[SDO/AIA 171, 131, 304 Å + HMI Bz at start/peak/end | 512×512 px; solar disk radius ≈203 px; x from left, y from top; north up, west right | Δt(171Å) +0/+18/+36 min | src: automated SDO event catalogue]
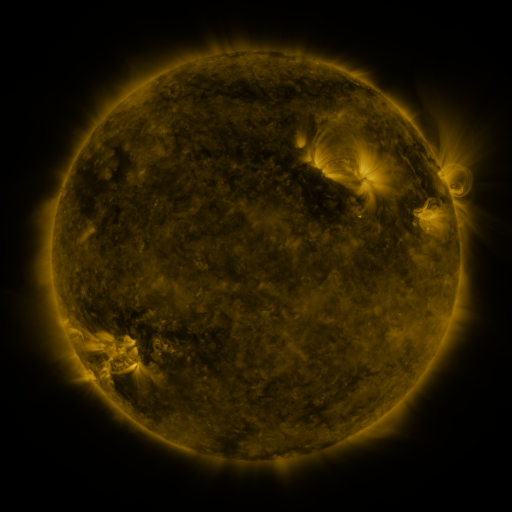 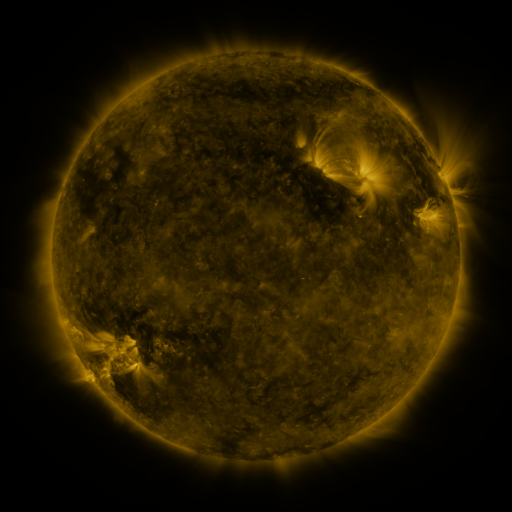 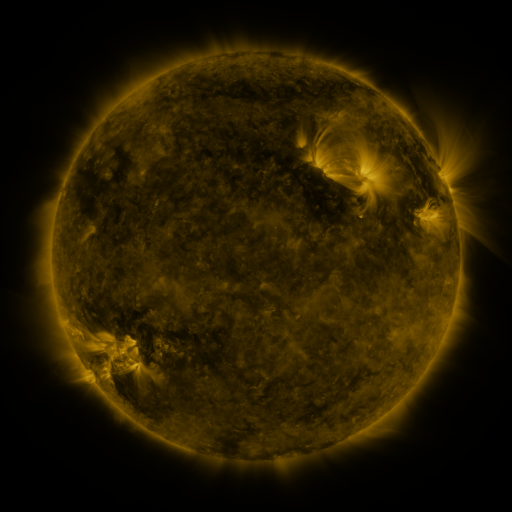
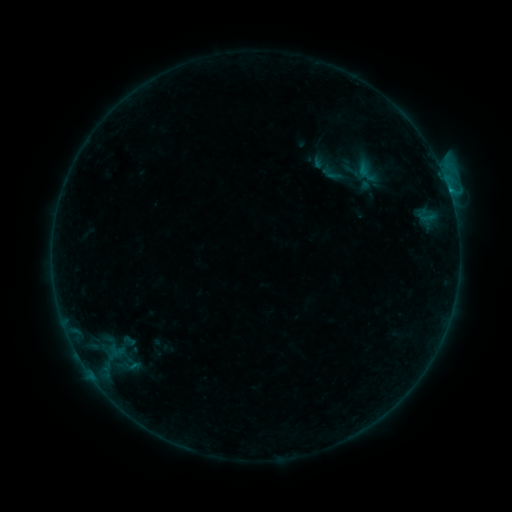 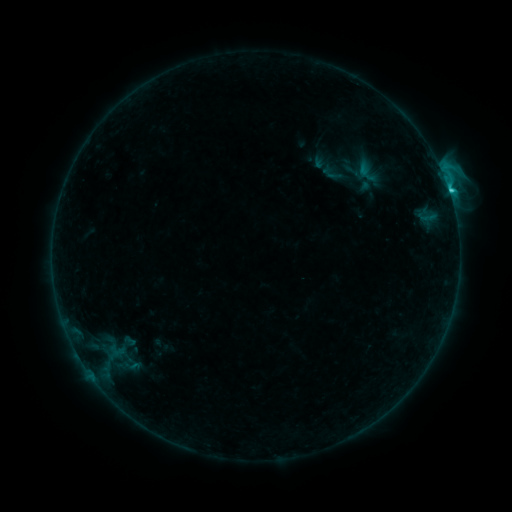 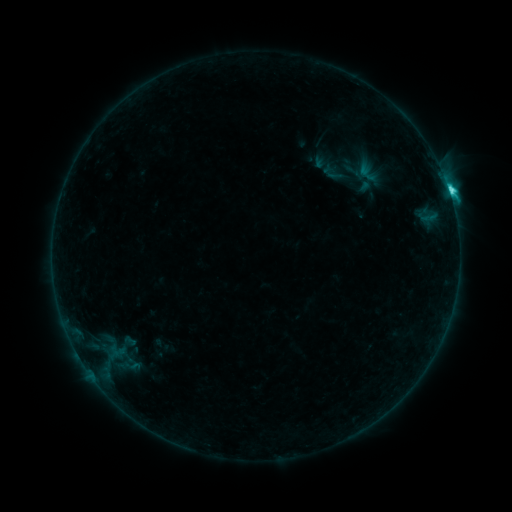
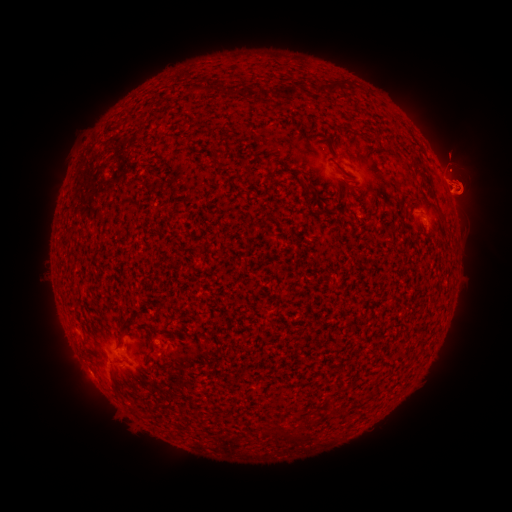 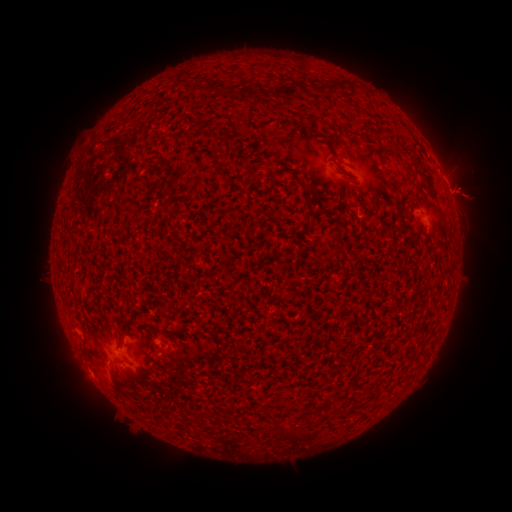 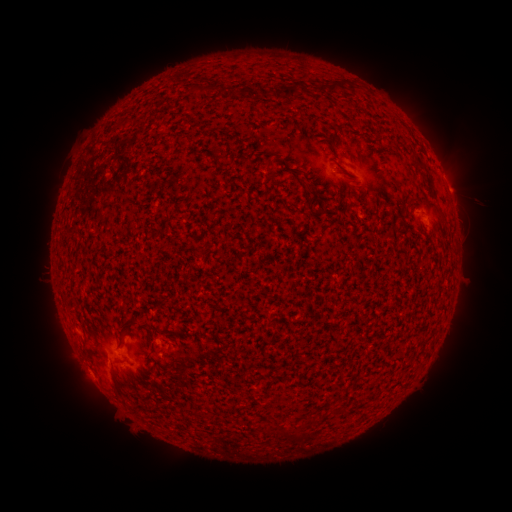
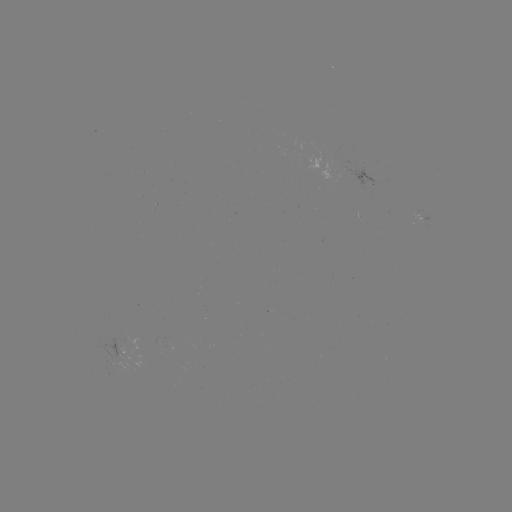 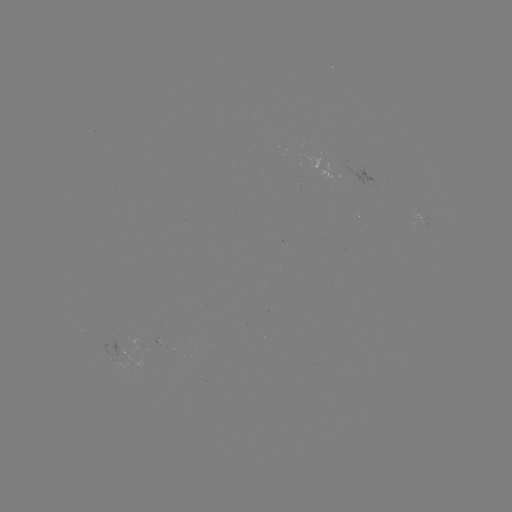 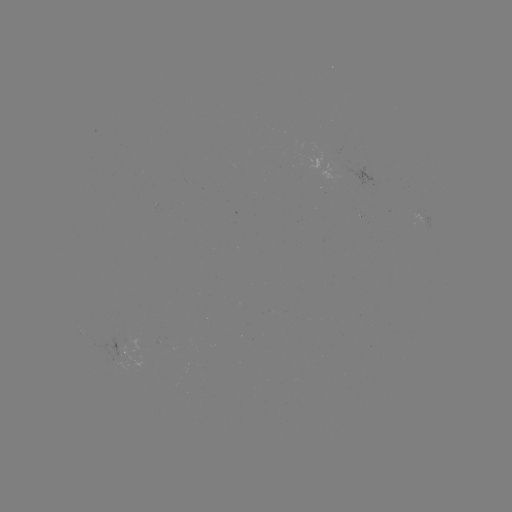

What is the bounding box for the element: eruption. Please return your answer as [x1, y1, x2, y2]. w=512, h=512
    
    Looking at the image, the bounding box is [416, 98, 511, 262].